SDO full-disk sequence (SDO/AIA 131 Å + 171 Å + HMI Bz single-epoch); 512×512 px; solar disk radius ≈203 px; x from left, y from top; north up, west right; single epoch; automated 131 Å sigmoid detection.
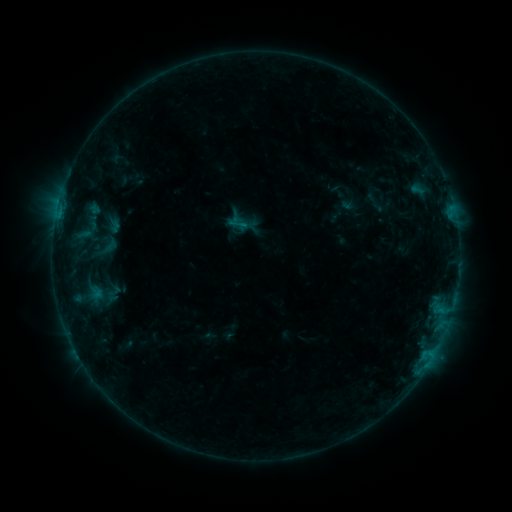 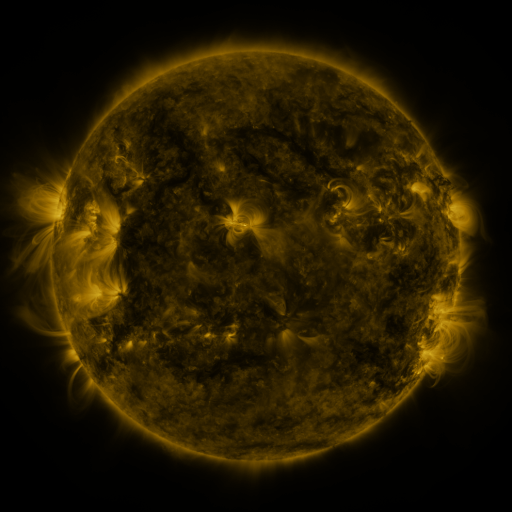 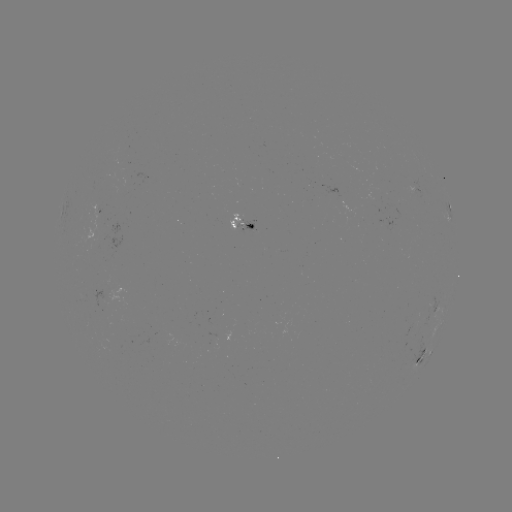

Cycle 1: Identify sigmoid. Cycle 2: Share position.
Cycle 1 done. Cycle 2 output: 113,294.